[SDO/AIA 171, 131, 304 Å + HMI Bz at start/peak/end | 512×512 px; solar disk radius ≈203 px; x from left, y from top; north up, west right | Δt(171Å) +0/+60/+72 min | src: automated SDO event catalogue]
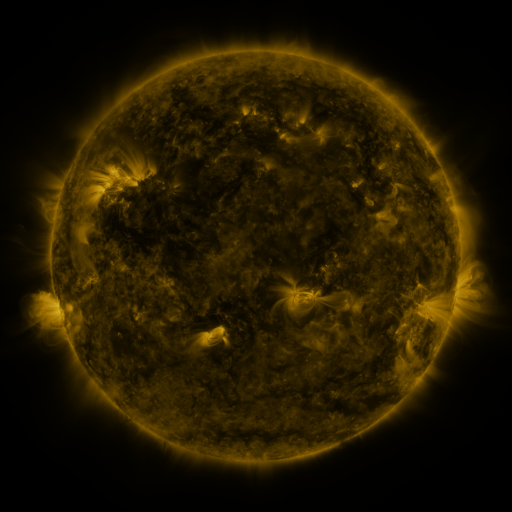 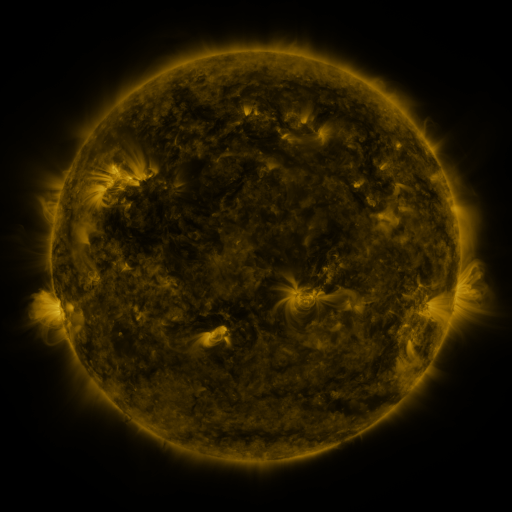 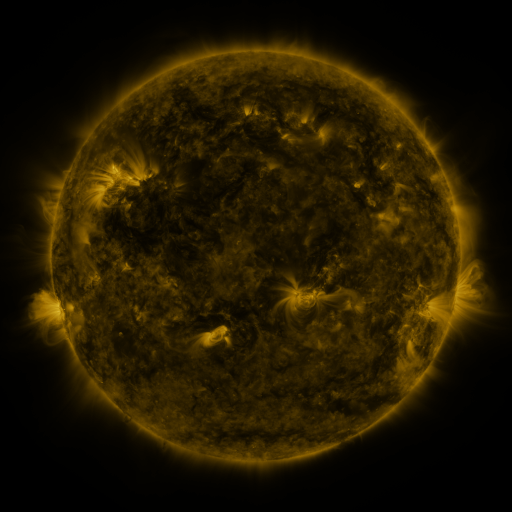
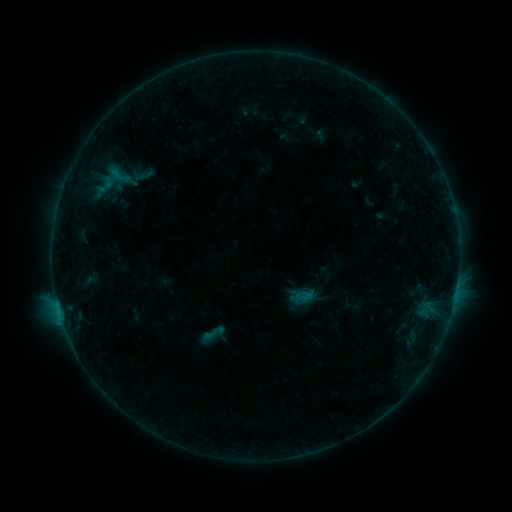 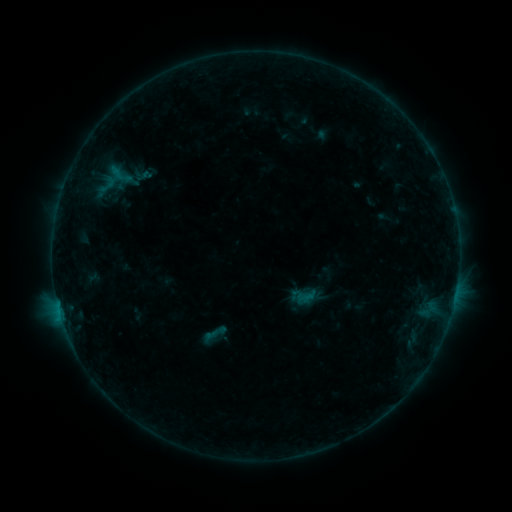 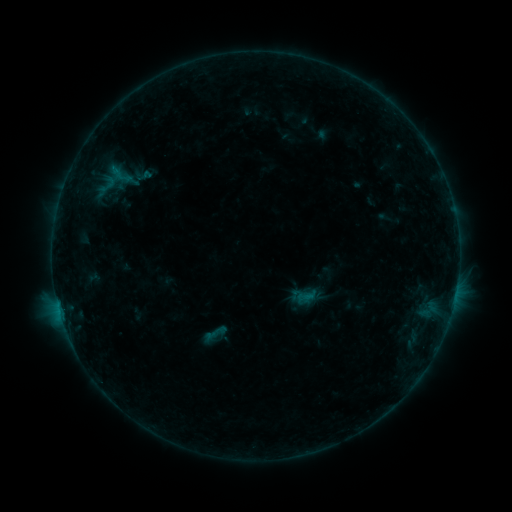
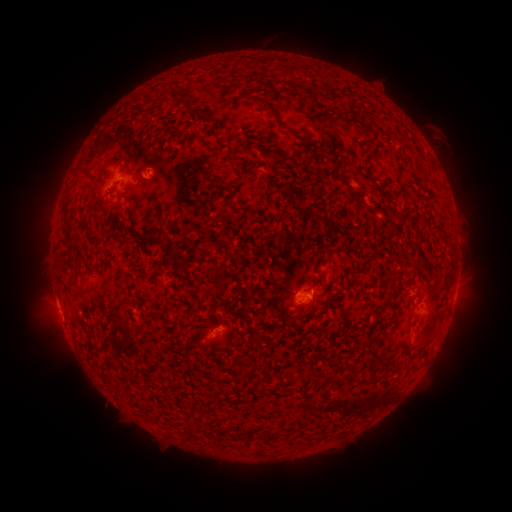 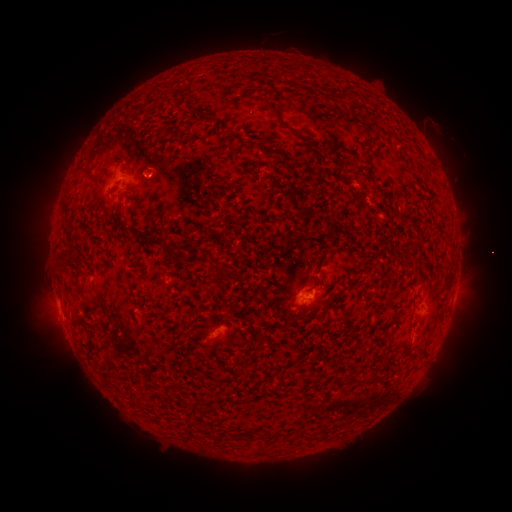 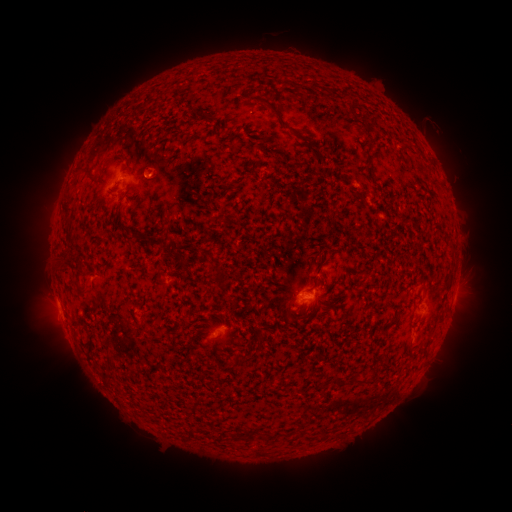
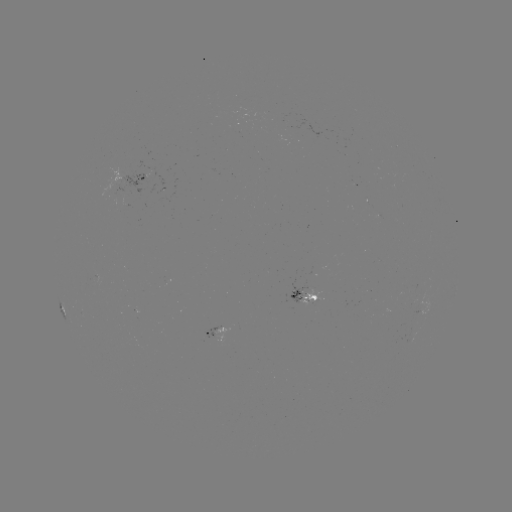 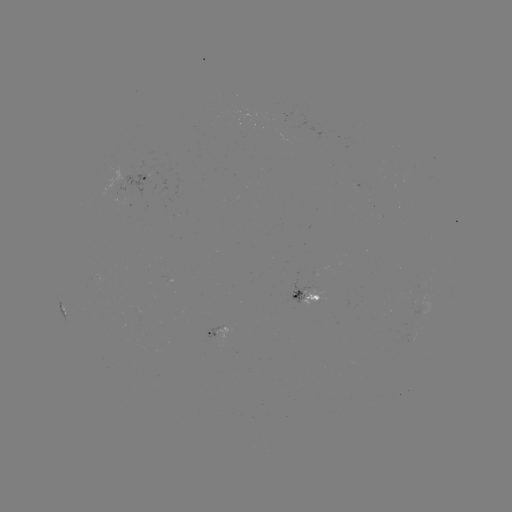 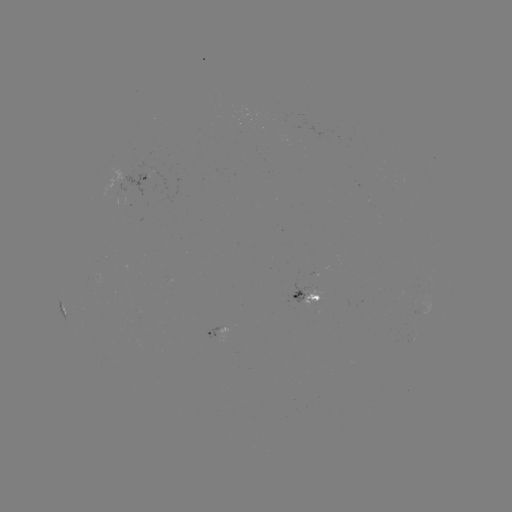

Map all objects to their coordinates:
emerging-flux region: (120, 197)
